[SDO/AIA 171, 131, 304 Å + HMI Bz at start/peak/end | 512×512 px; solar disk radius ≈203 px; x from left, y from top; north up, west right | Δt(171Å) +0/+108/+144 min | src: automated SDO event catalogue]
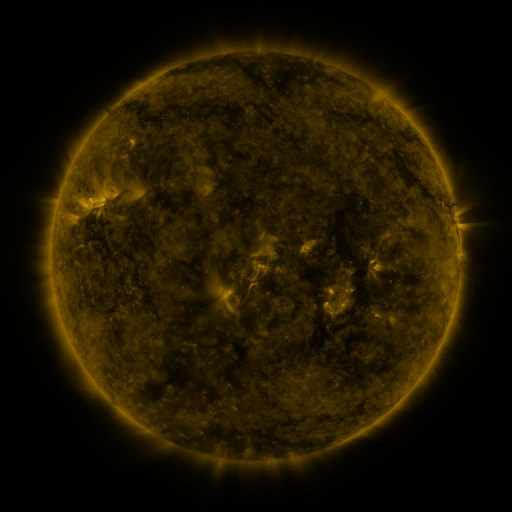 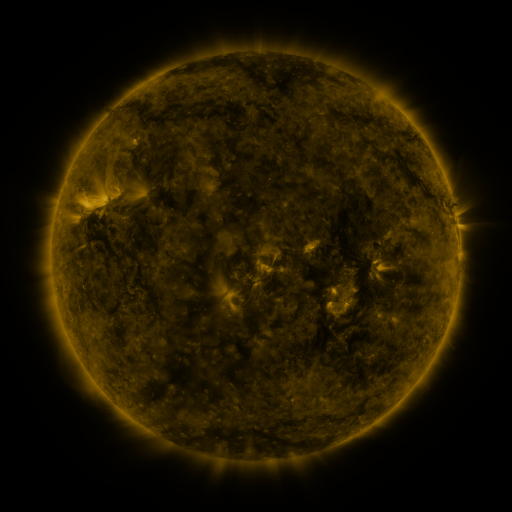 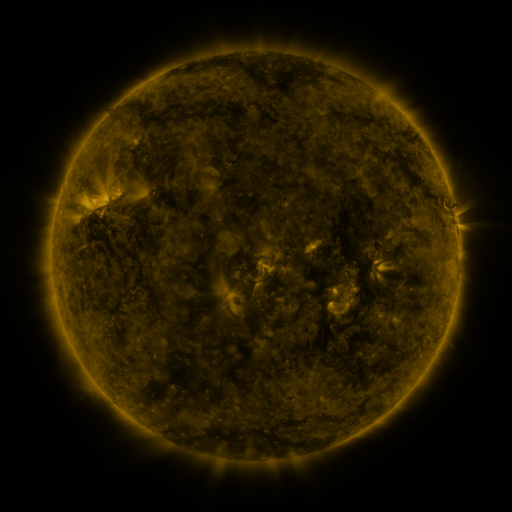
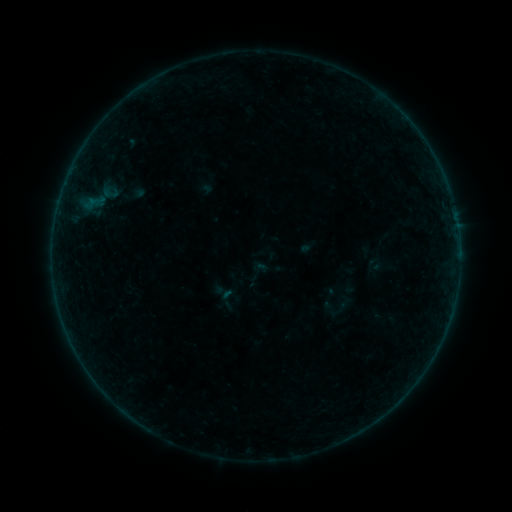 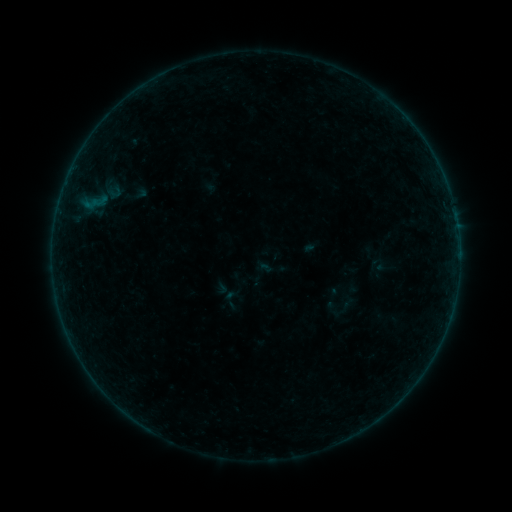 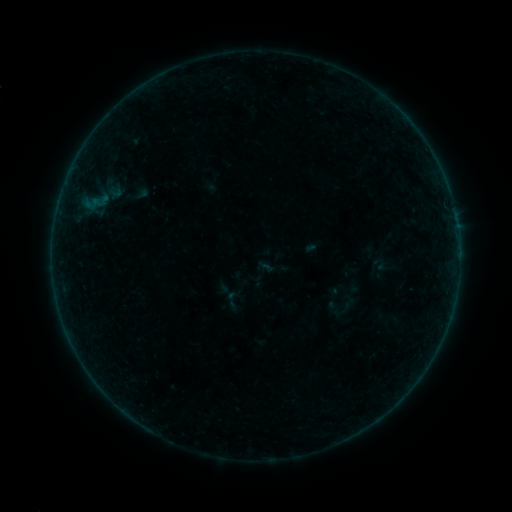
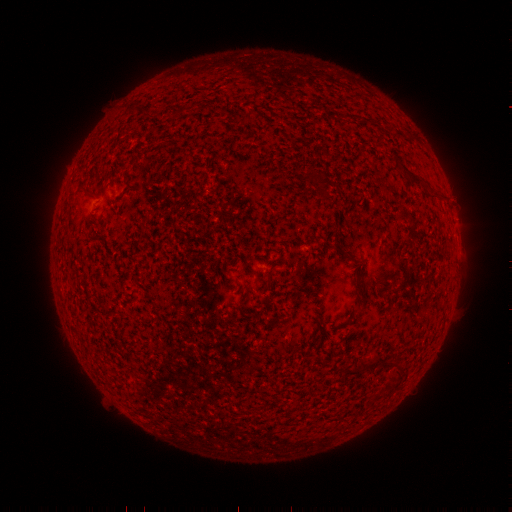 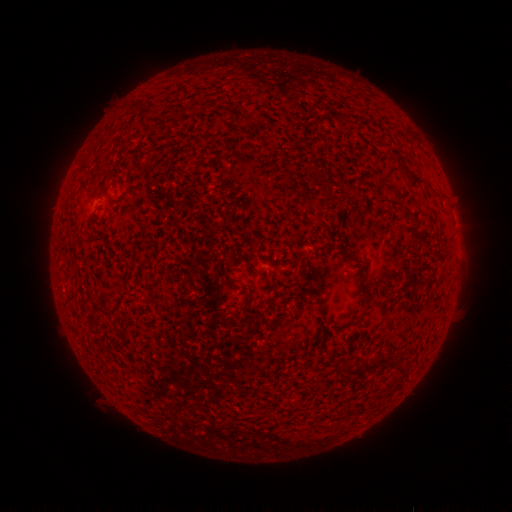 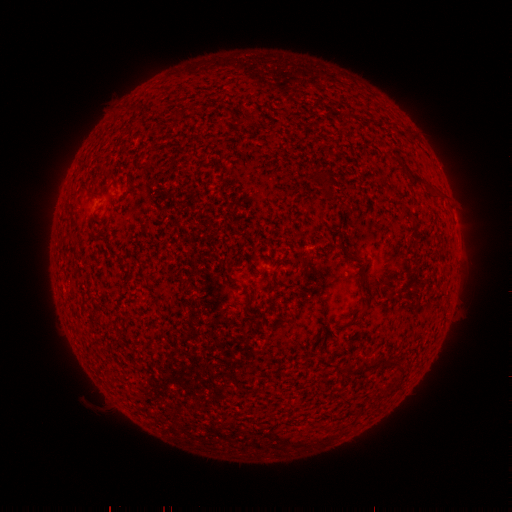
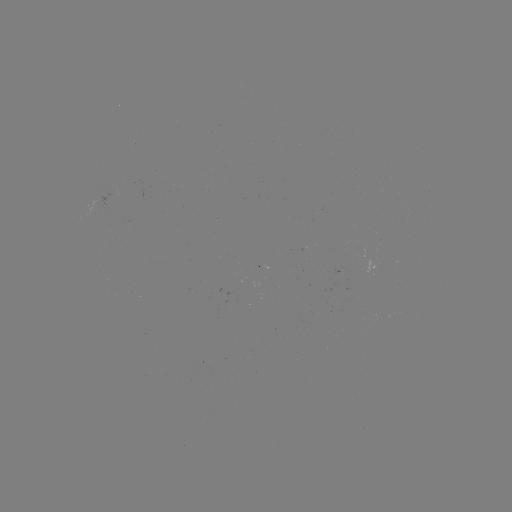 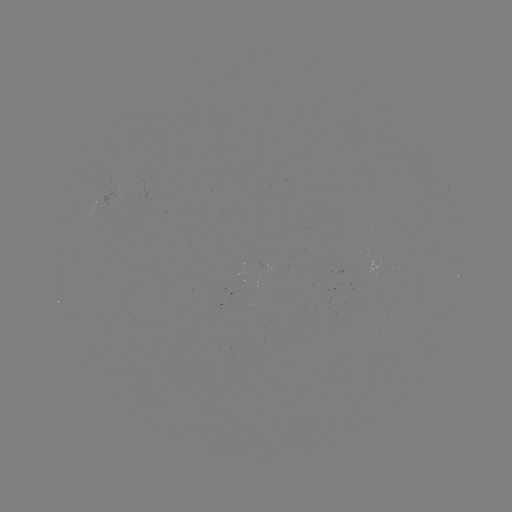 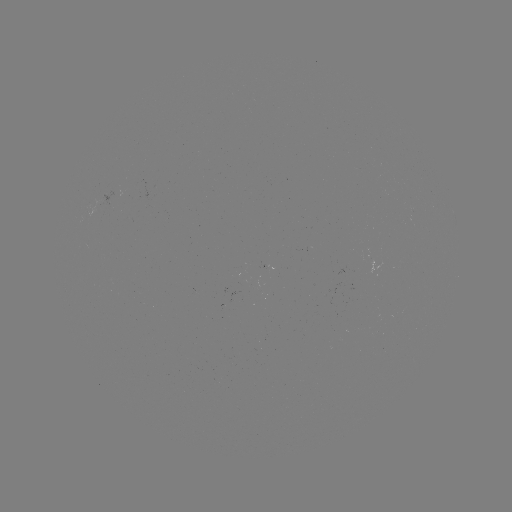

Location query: emerging-flux region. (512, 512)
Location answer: [342, 274].